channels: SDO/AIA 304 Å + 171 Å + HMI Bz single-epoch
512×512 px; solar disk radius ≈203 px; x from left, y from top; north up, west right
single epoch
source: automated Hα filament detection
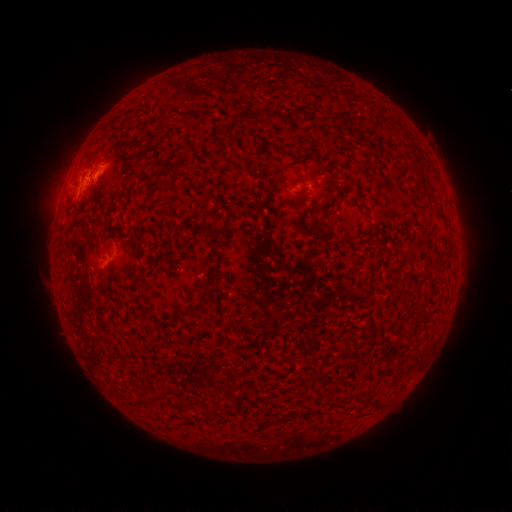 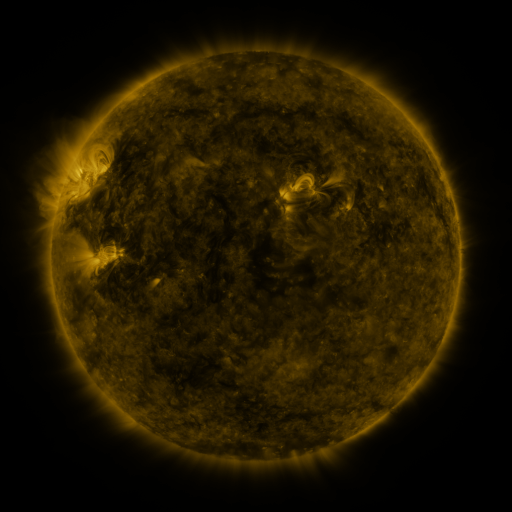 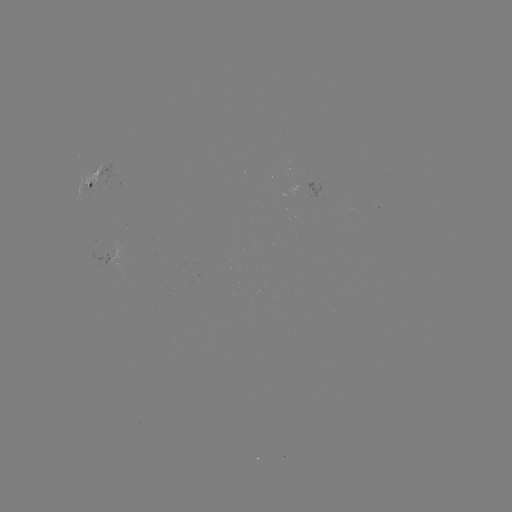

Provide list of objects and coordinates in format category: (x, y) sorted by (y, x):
filament: (305, 151)
filament: (302, 166)
filament: (167, 183)
filament: (201, 215)
filament: (209, 283)
filament: (211, 380)
